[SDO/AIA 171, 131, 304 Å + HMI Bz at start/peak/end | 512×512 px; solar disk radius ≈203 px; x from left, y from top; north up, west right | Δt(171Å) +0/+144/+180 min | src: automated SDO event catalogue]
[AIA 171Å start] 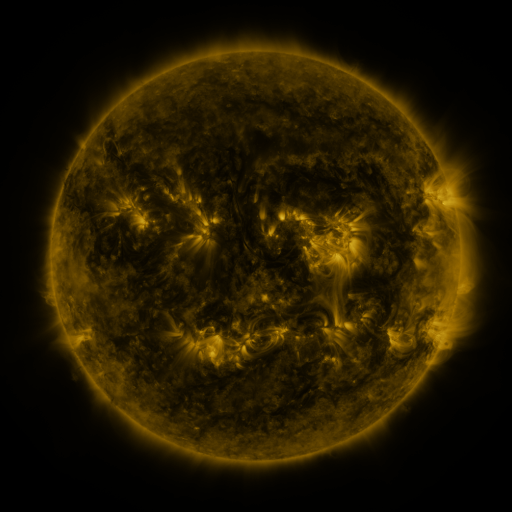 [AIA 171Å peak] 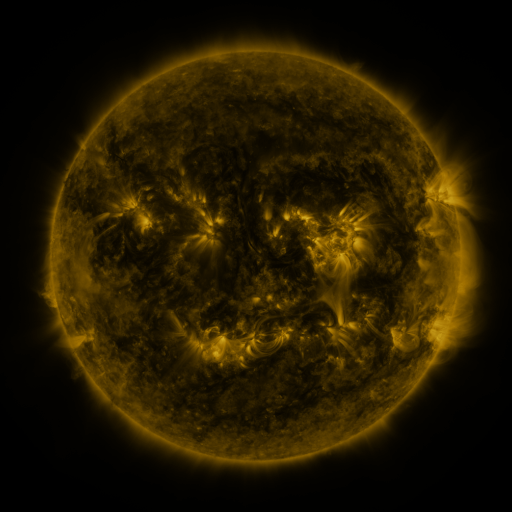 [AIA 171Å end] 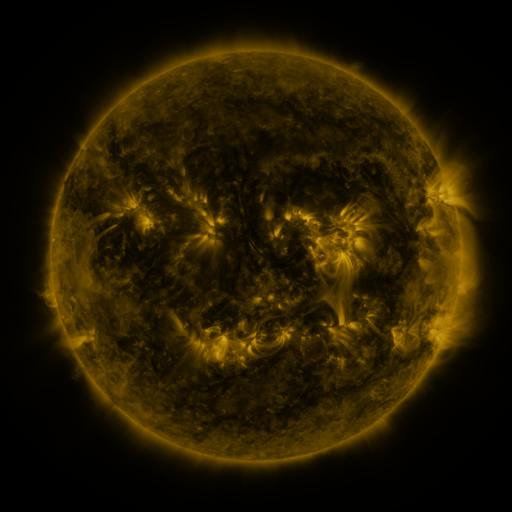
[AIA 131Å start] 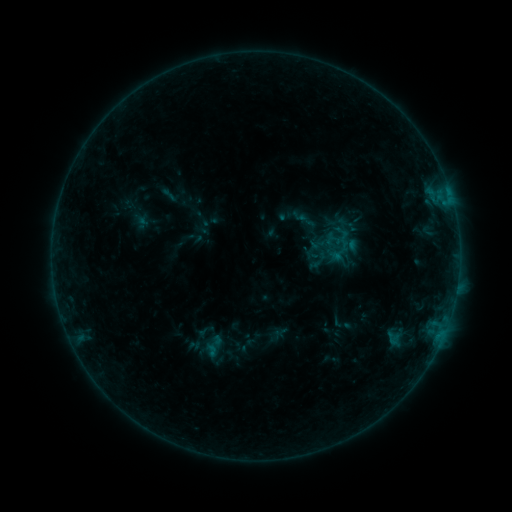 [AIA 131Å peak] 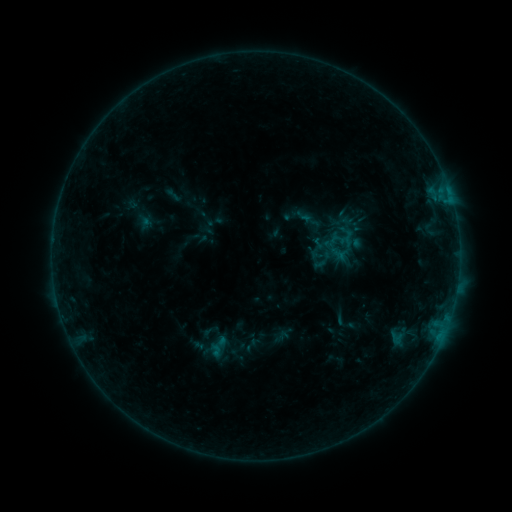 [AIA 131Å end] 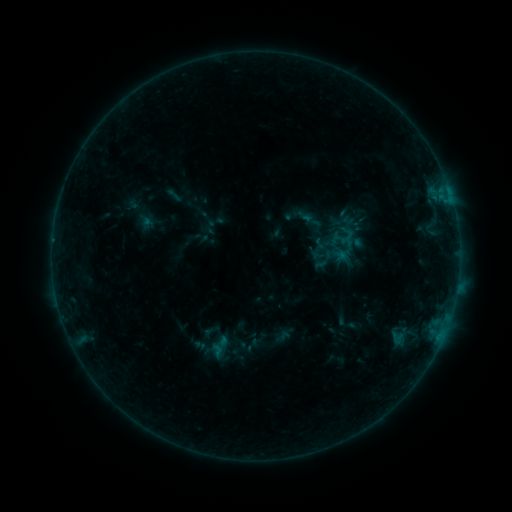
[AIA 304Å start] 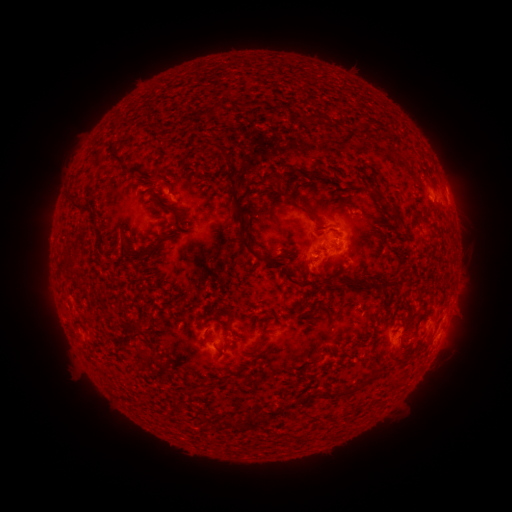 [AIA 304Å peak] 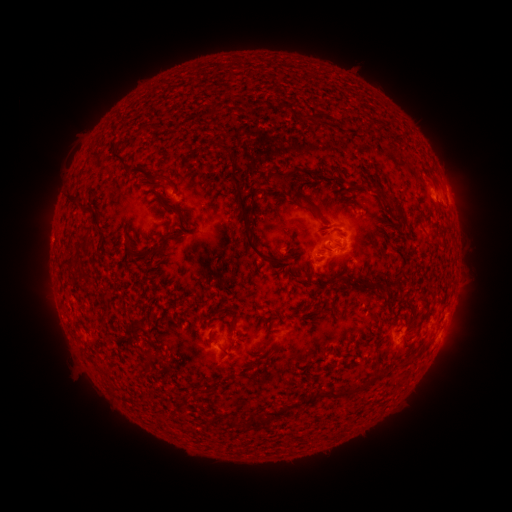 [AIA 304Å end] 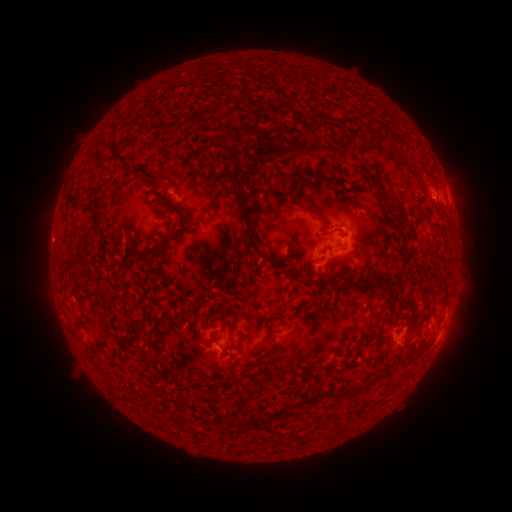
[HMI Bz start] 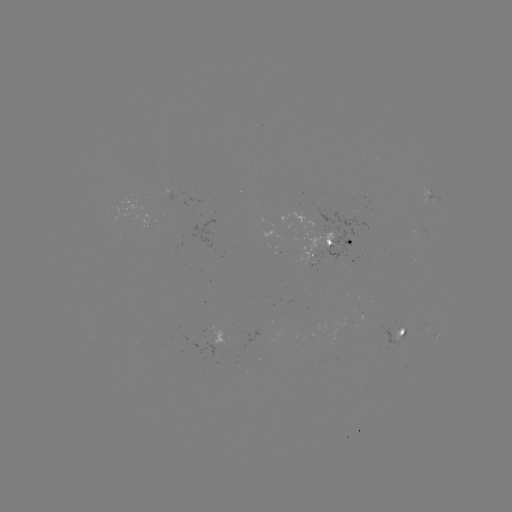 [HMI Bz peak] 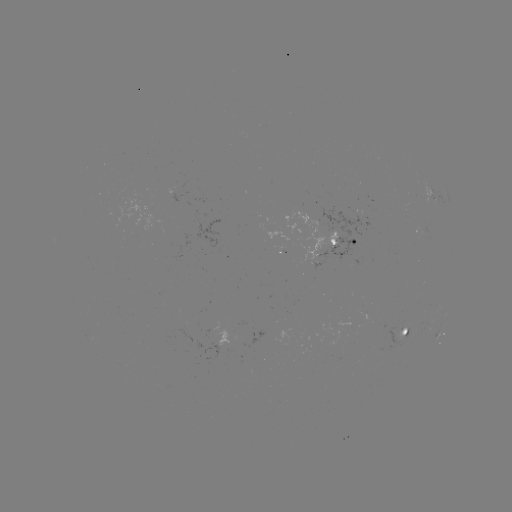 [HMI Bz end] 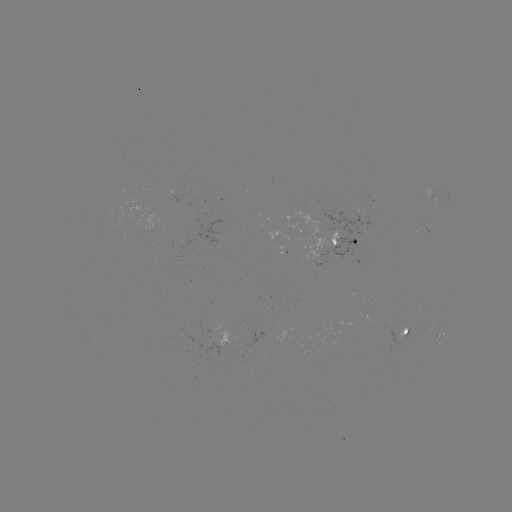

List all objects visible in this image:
emerging-flux region: (318, 258)
